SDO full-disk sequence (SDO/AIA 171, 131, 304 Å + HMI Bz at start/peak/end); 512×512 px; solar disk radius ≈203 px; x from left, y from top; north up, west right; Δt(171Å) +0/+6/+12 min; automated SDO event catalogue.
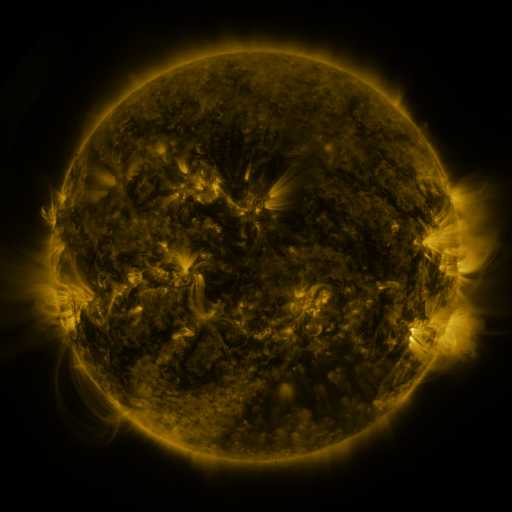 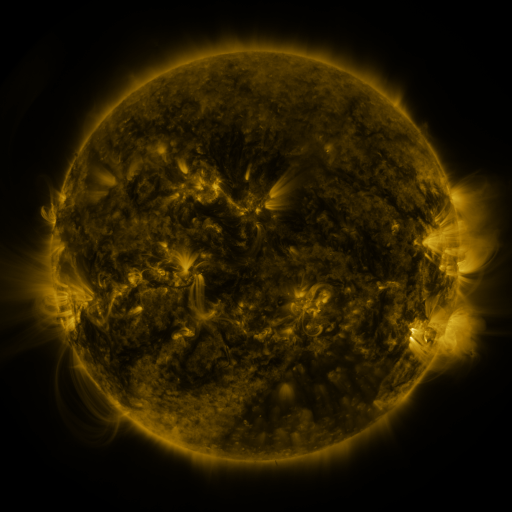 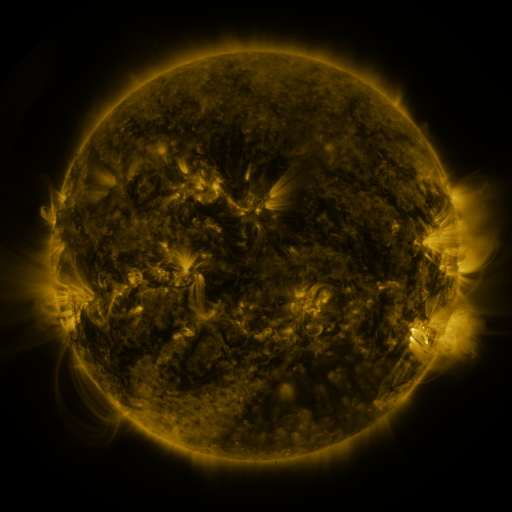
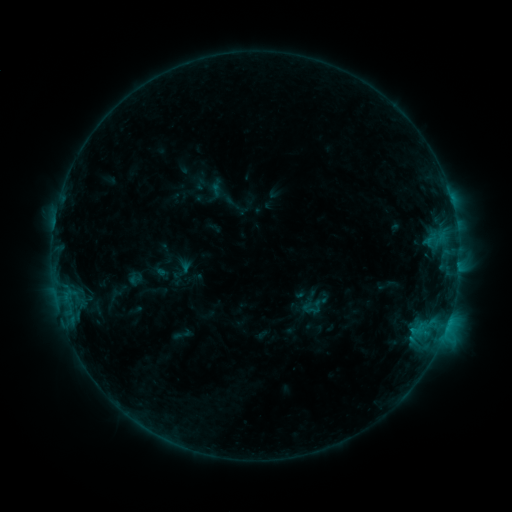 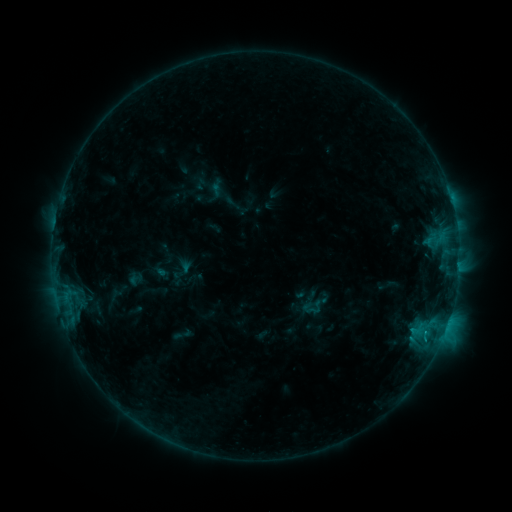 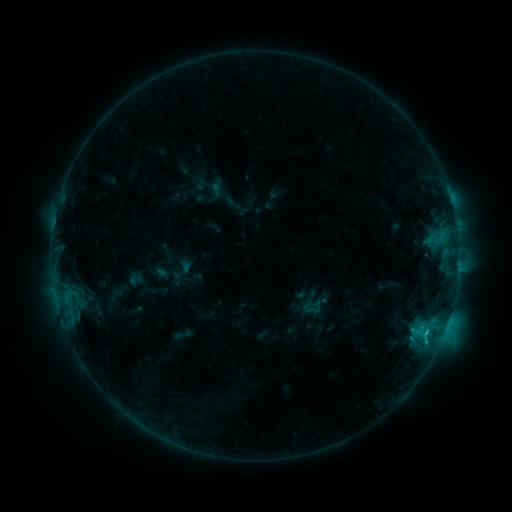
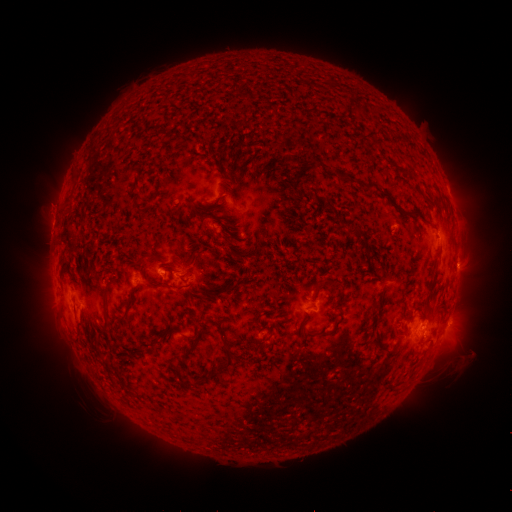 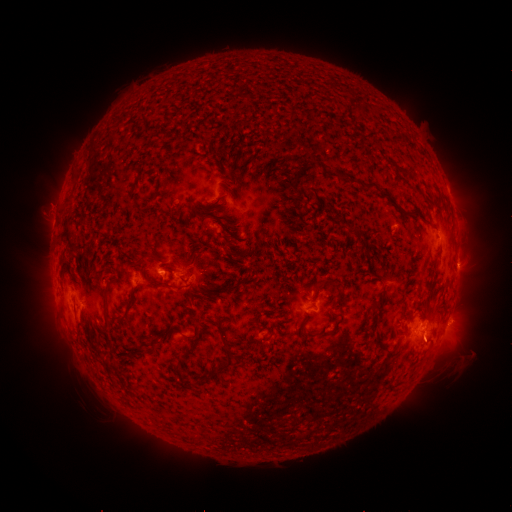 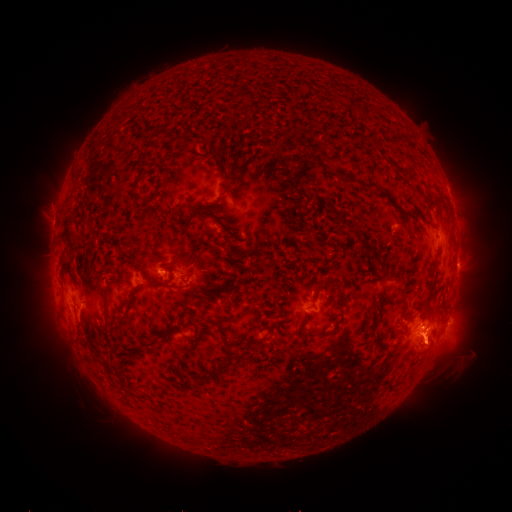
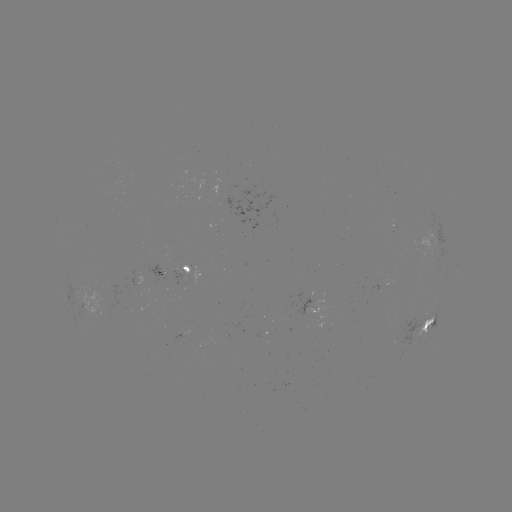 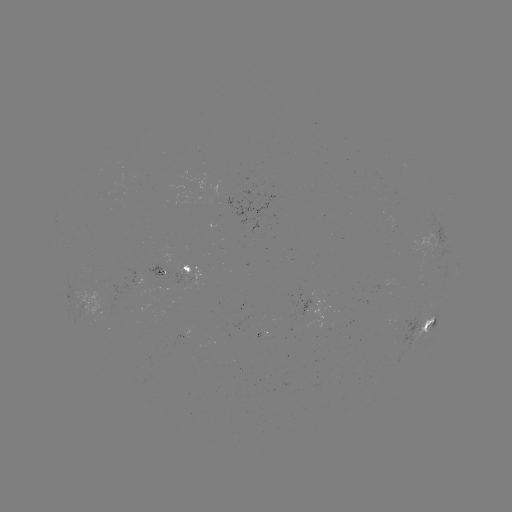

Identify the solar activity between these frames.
C1.2 flare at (425, 338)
